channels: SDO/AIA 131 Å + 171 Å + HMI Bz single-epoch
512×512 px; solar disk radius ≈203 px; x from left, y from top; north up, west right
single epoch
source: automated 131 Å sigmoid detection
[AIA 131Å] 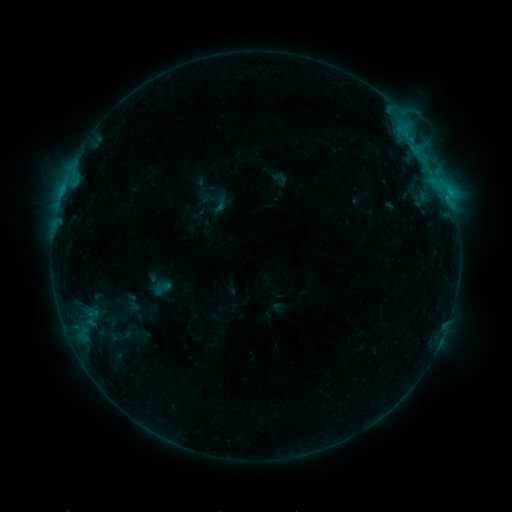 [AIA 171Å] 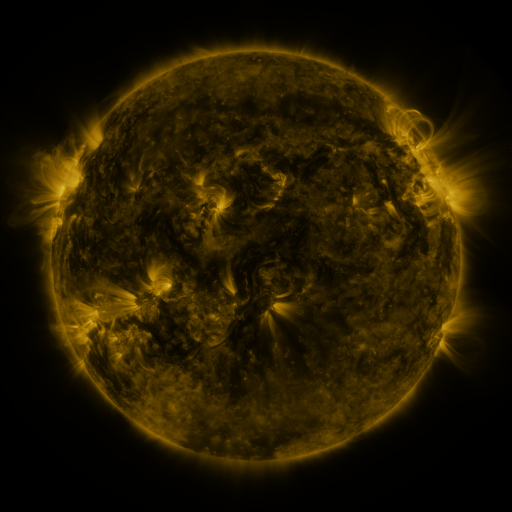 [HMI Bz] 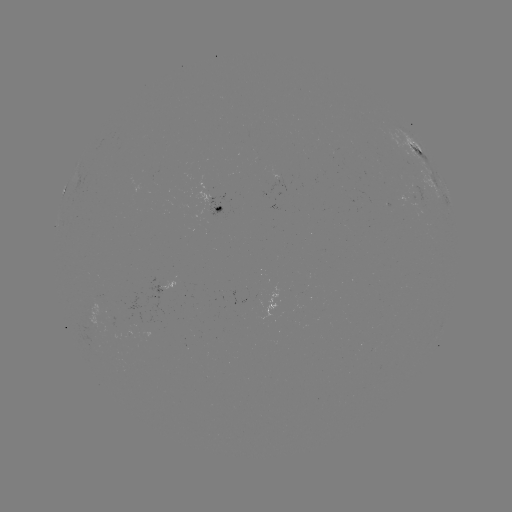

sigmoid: [211, 194, 230, 214]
